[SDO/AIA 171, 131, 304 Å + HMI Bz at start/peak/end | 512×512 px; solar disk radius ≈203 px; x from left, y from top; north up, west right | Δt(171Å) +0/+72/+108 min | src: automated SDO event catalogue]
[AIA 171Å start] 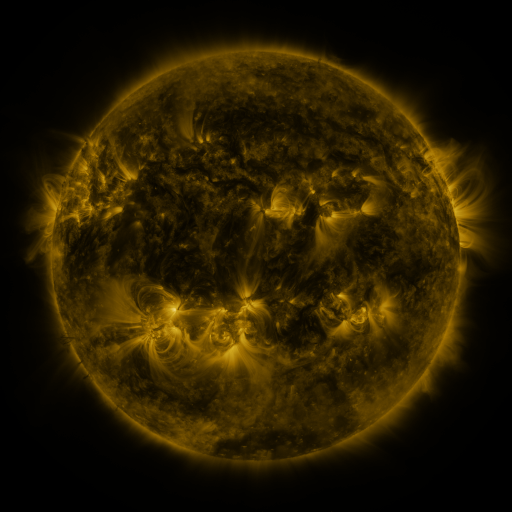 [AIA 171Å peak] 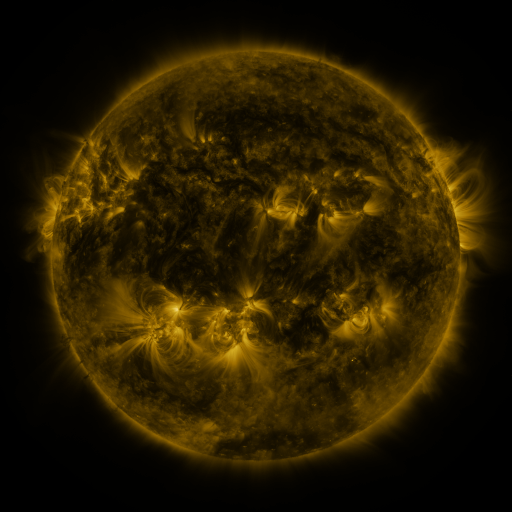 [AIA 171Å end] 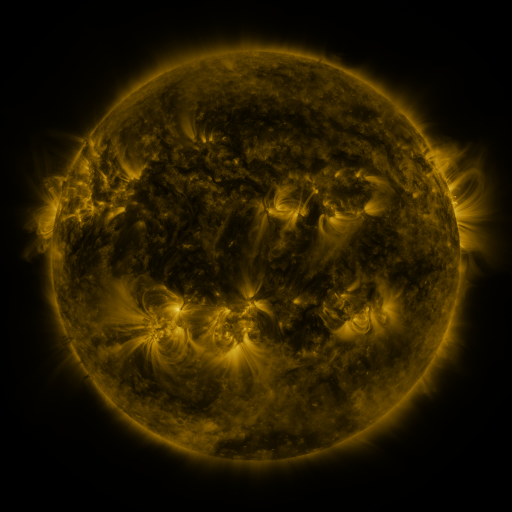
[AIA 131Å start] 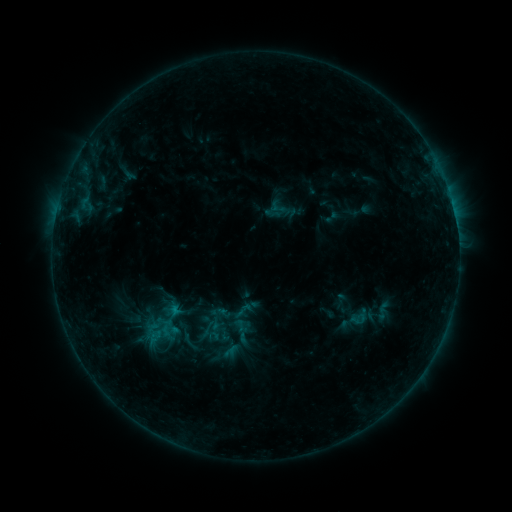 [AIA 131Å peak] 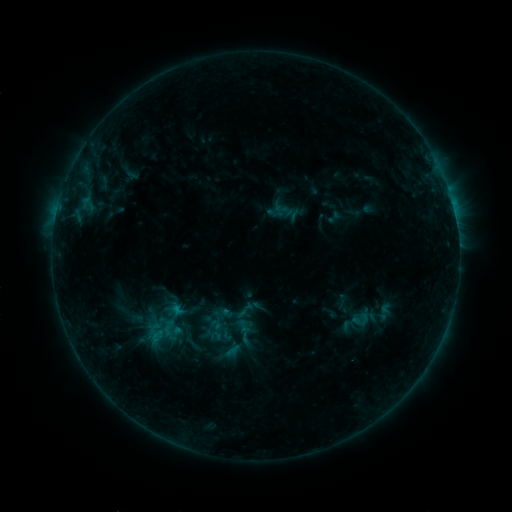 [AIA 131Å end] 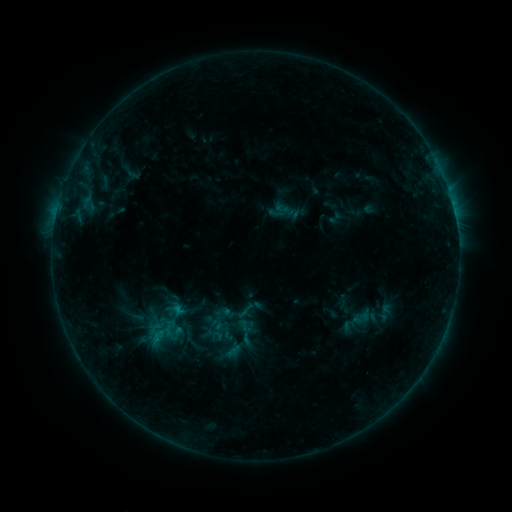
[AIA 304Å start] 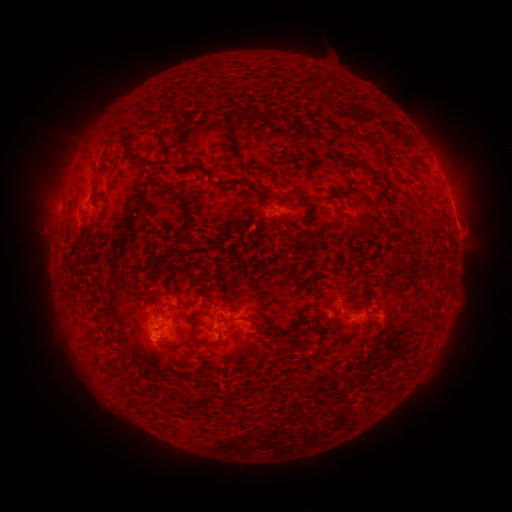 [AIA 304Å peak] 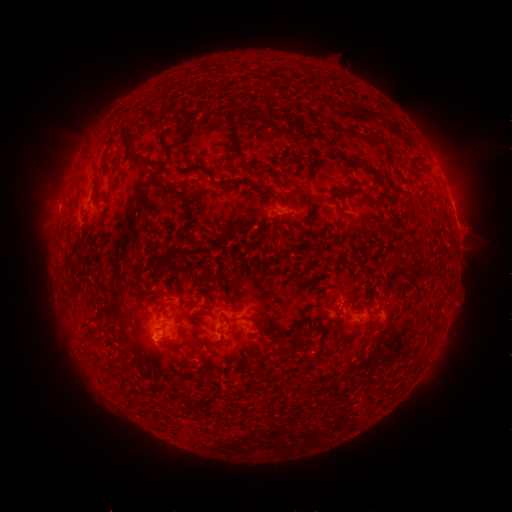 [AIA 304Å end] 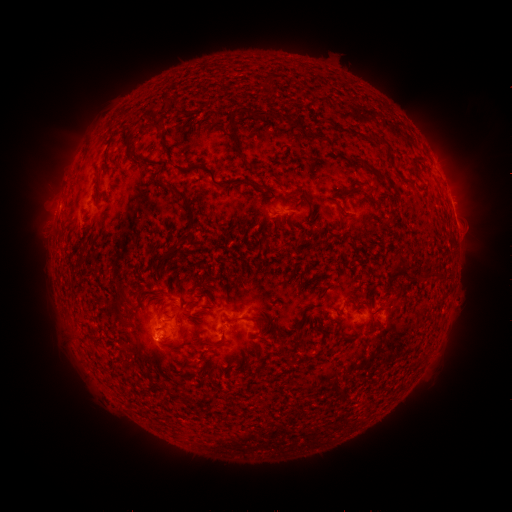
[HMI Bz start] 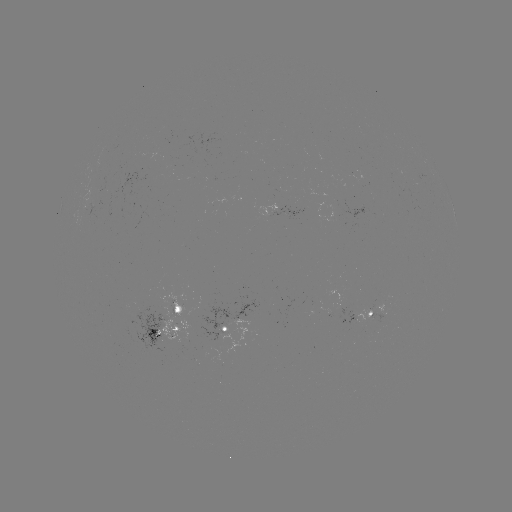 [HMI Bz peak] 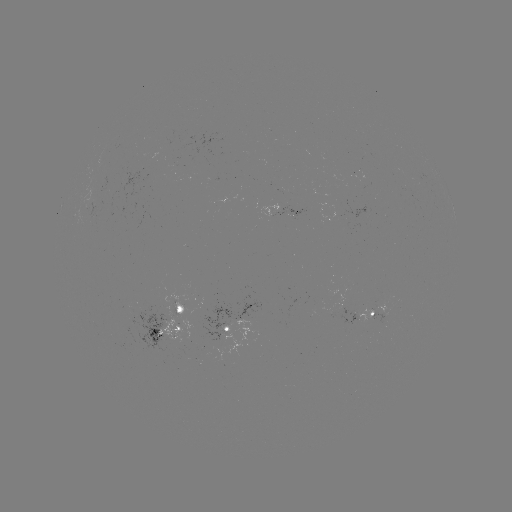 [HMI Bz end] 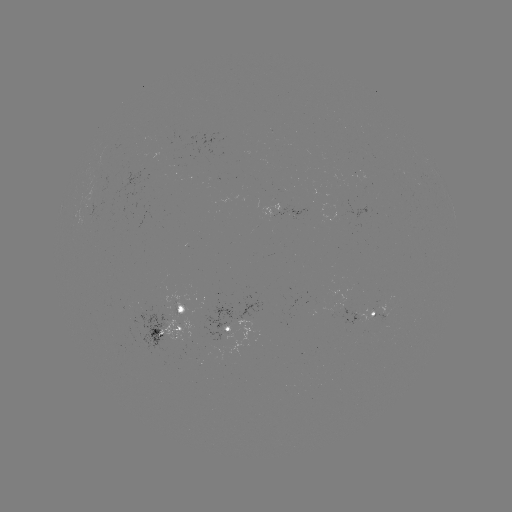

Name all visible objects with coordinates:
emerging-flux region: (229, 333)
